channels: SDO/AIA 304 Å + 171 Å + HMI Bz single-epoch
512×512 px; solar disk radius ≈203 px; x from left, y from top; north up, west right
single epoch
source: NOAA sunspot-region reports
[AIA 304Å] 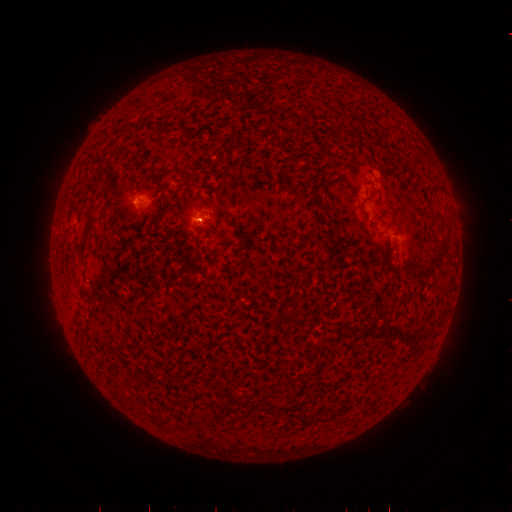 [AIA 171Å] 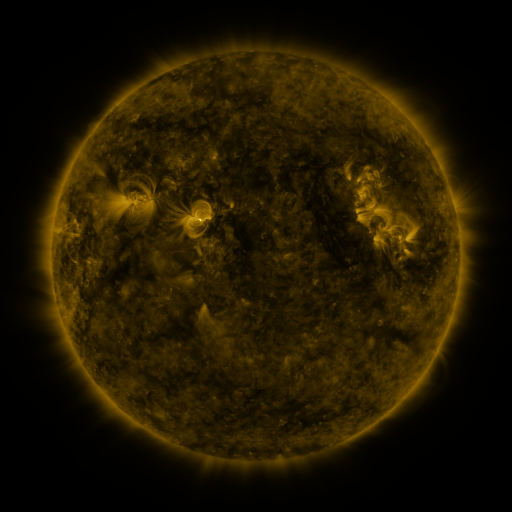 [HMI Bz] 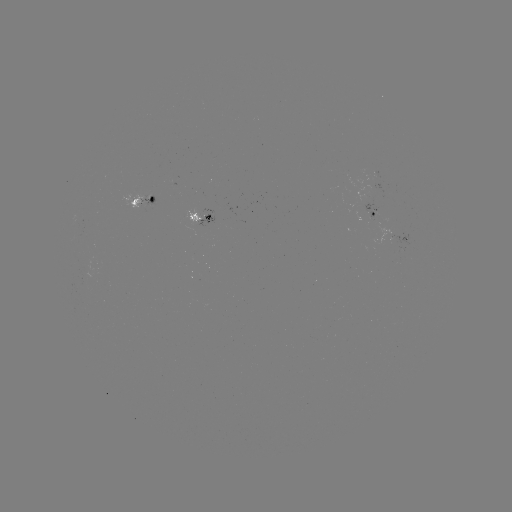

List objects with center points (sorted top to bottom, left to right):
spotted active region: (138, 199)
spotted active region: (377, 213)
spotted active region: (203, 216)
spotted active region: (407, 240)
